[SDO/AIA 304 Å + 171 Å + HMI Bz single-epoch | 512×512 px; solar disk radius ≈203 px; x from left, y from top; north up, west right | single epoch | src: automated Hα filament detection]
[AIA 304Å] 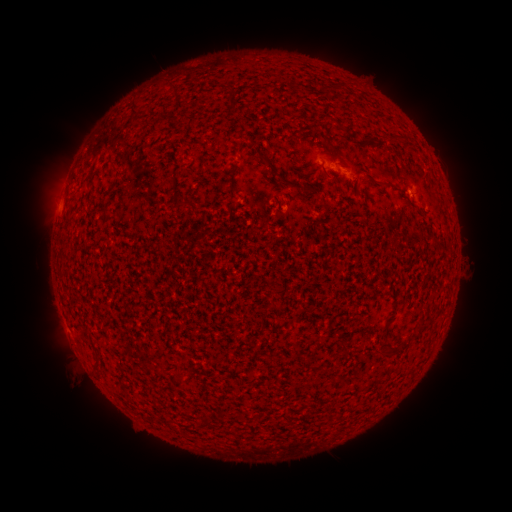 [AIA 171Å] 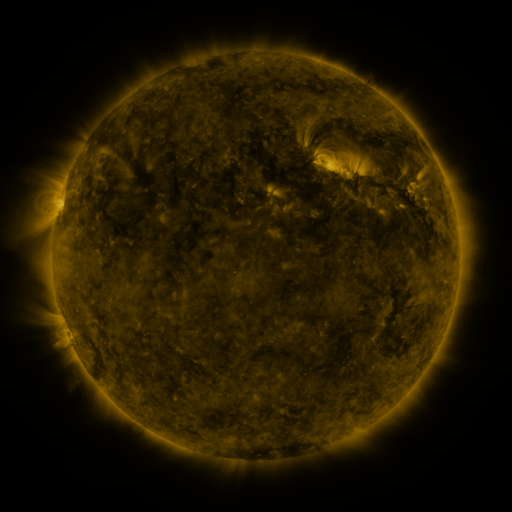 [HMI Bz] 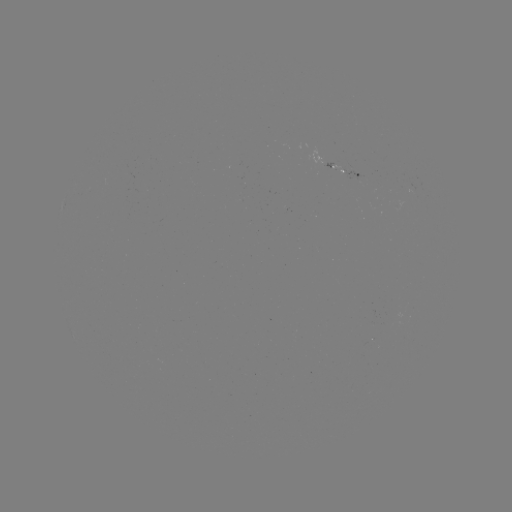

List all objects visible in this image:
filament: [132, 99, 141, 115]
filament: [339, 124, 349, 133]
filament: [261, 155, 272, 164]
filament: [322, 168, 332, 181]
filament: [180, 197, 191, 205]
